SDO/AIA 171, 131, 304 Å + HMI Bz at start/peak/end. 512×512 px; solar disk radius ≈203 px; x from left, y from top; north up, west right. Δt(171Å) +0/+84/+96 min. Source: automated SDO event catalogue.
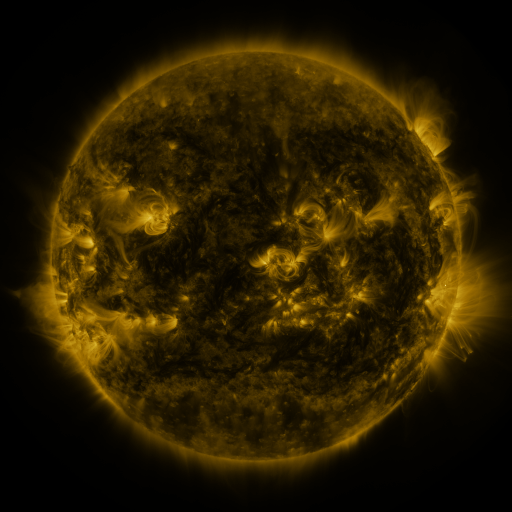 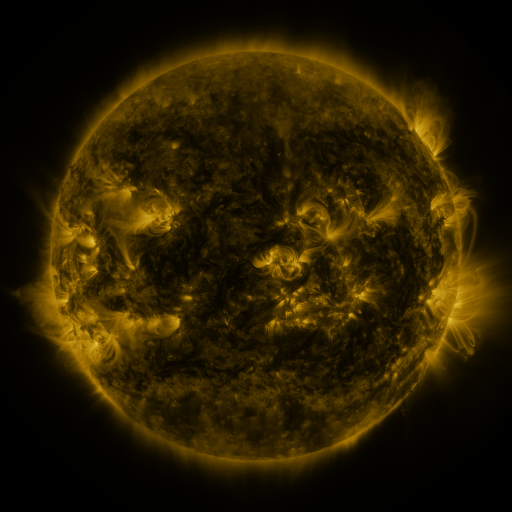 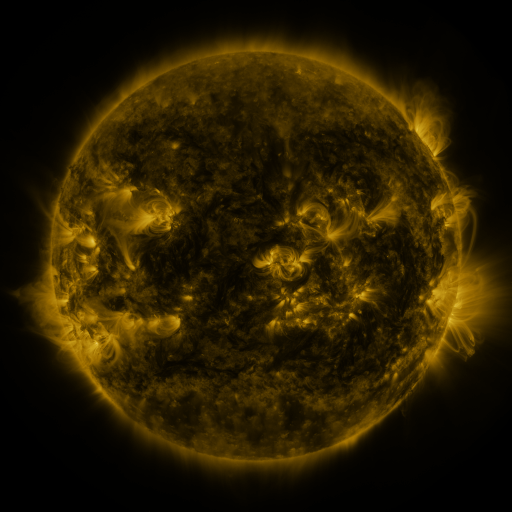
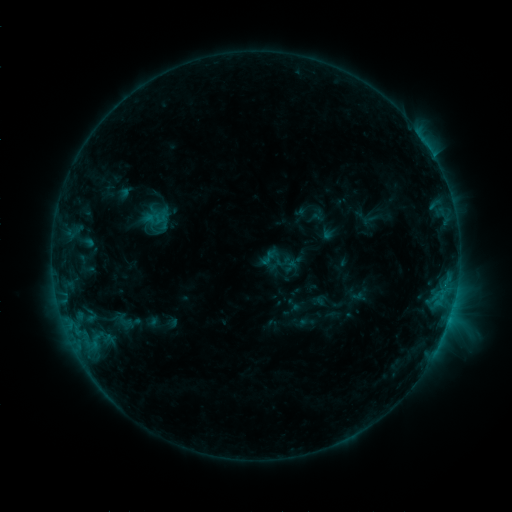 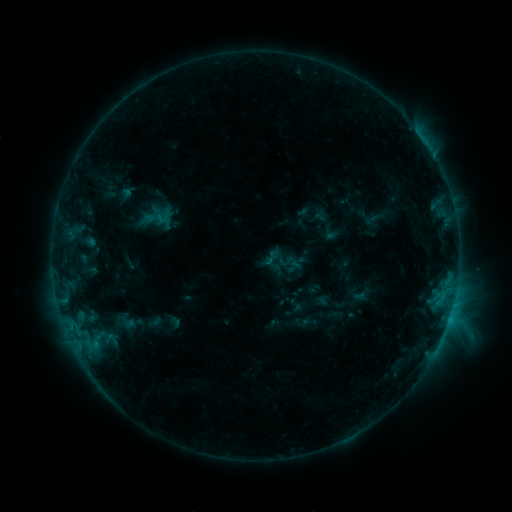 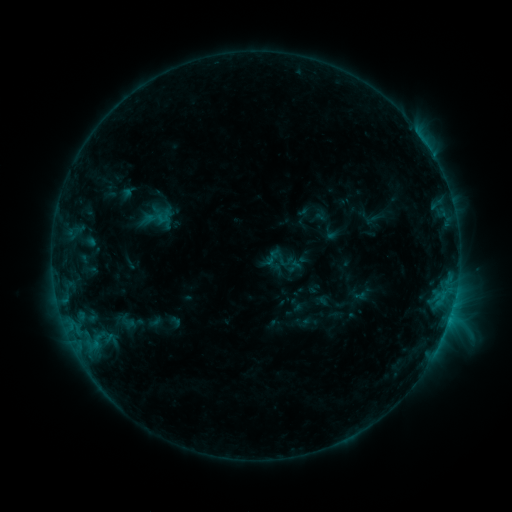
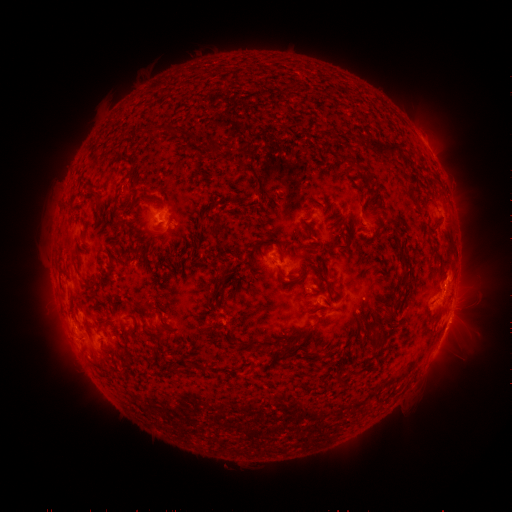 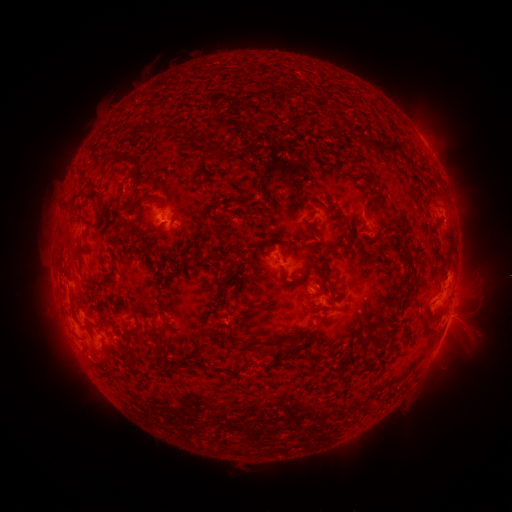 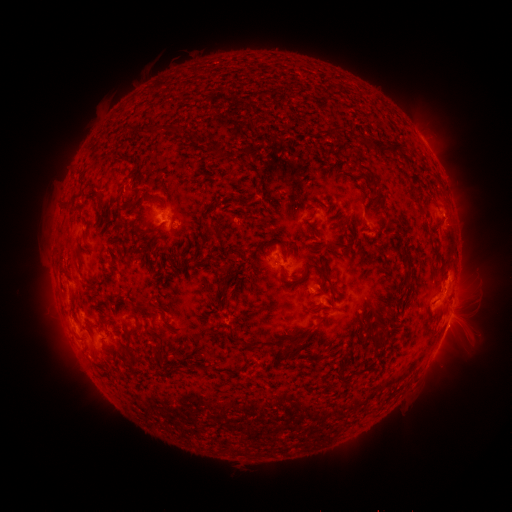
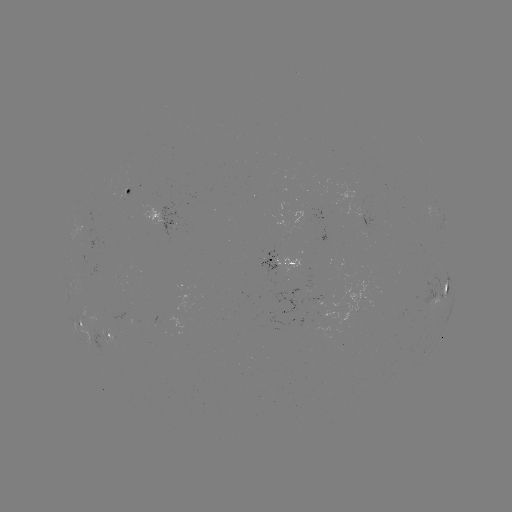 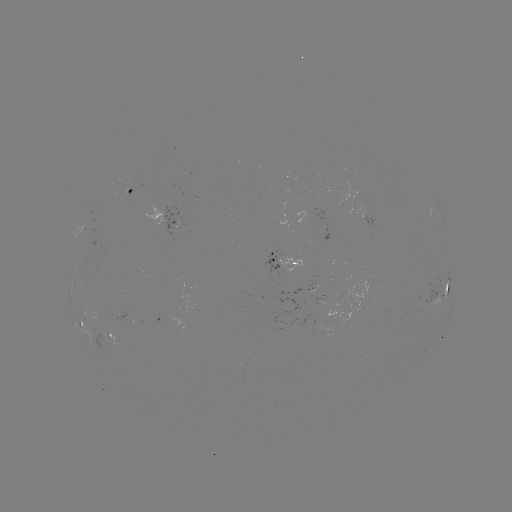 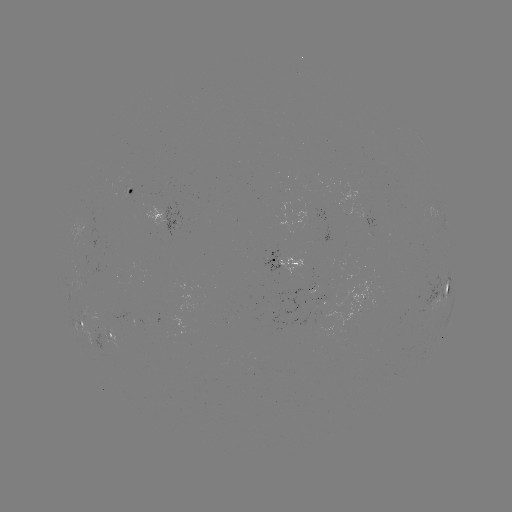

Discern emerging-flux region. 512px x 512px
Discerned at [314, 287].